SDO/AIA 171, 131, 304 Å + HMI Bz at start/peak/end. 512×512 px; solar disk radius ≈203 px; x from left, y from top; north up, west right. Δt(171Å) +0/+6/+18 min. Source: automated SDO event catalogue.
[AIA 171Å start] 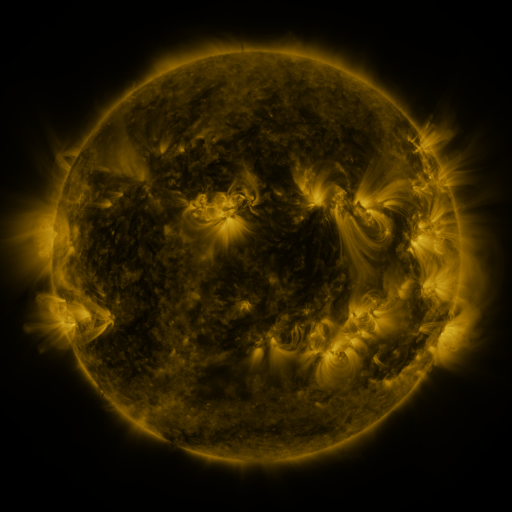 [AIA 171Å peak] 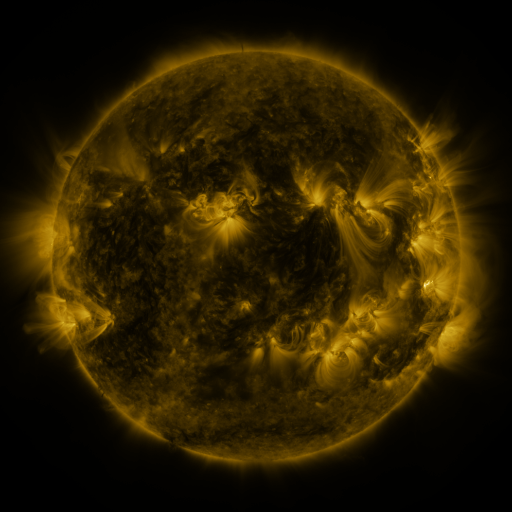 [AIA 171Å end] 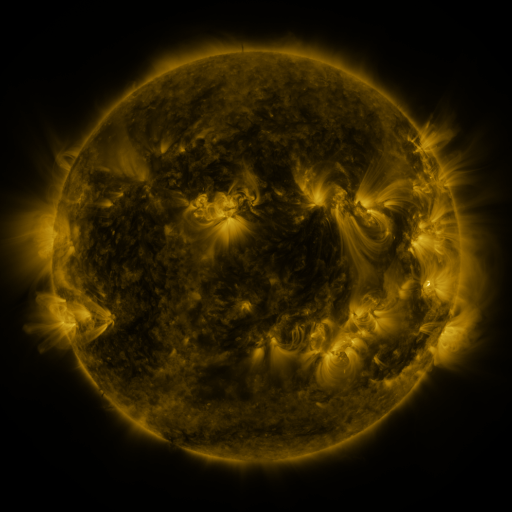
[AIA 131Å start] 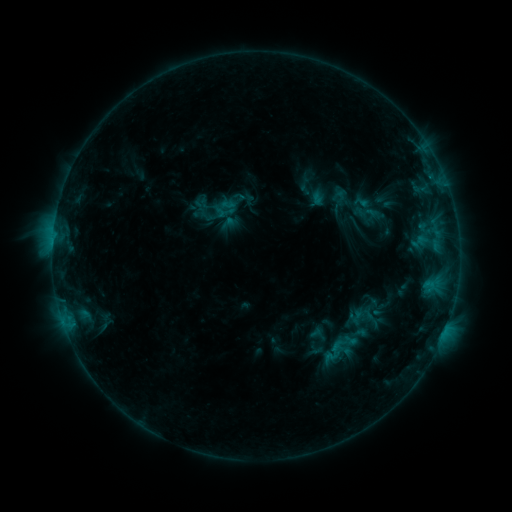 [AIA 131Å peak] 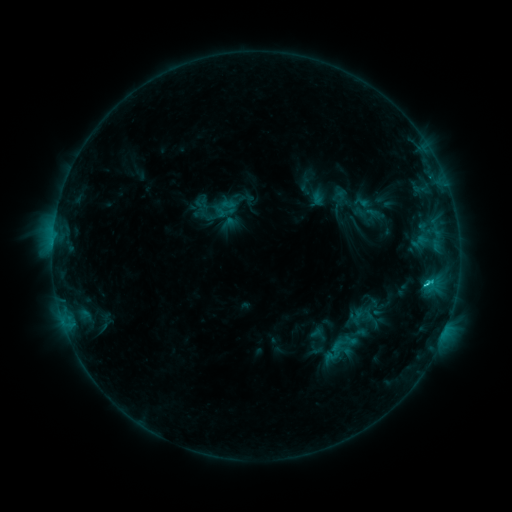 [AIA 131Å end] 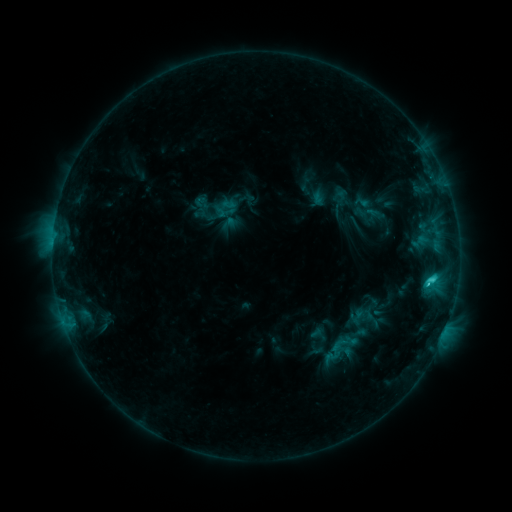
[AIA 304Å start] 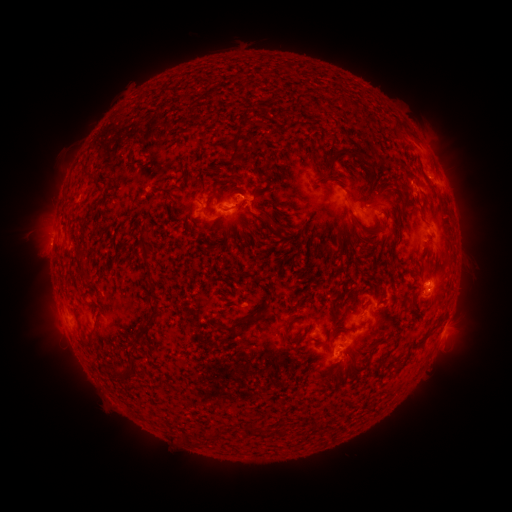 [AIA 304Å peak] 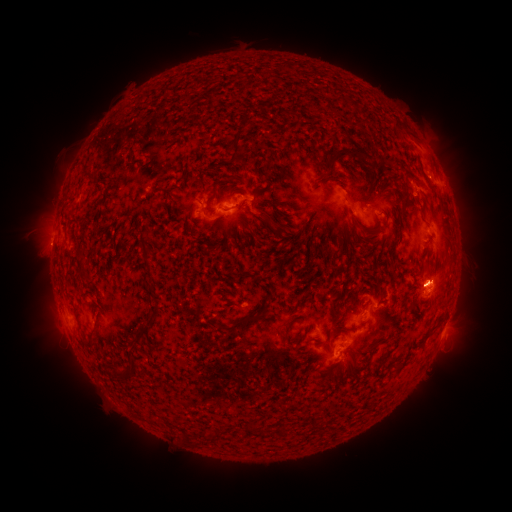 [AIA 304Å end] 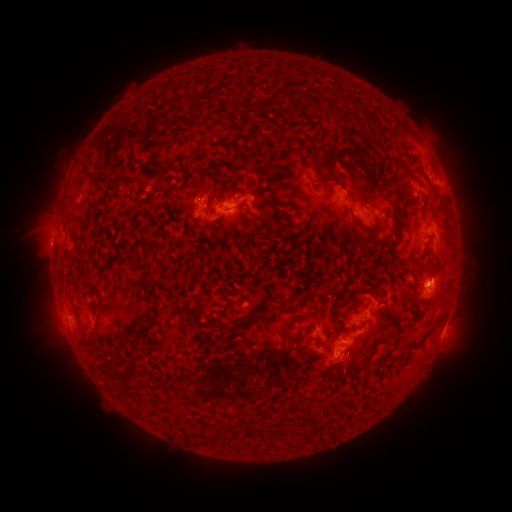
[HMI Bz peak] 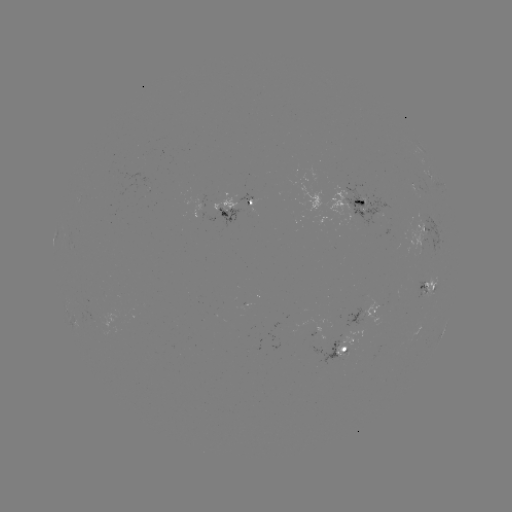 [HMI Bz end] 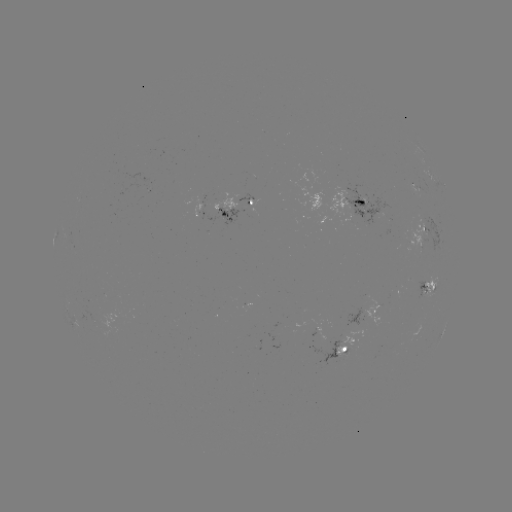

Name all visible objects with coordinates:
C3.4 flare: (427, 280)
